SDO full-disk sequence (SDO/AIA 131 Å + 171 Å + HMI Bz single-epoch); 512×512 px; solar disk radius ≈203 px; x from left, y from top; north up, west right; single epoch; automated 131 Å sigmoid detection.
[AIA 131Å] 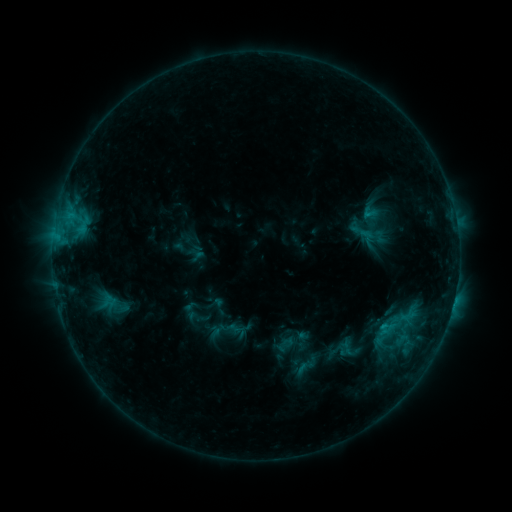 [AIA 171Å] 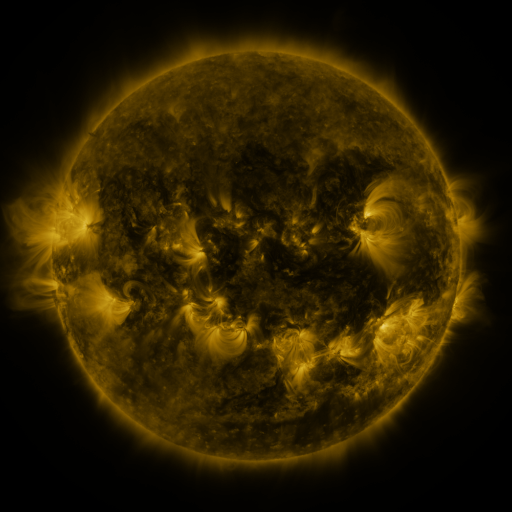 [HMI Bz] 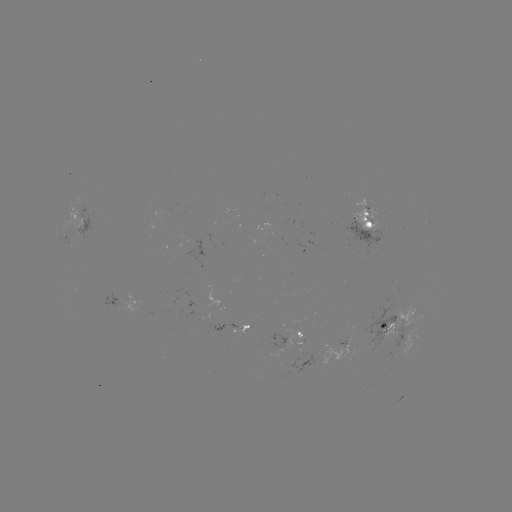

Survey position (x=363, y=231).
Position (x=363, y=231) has sigmoid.